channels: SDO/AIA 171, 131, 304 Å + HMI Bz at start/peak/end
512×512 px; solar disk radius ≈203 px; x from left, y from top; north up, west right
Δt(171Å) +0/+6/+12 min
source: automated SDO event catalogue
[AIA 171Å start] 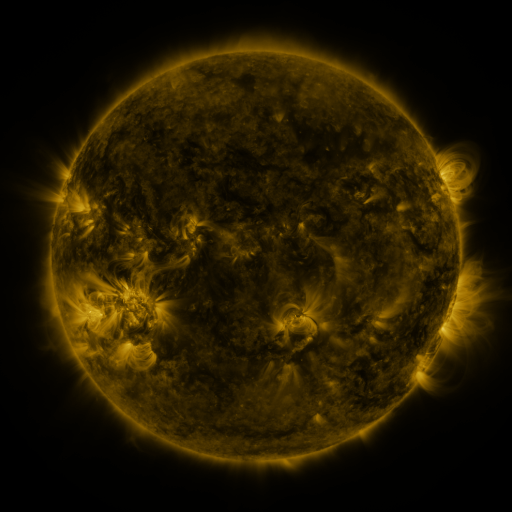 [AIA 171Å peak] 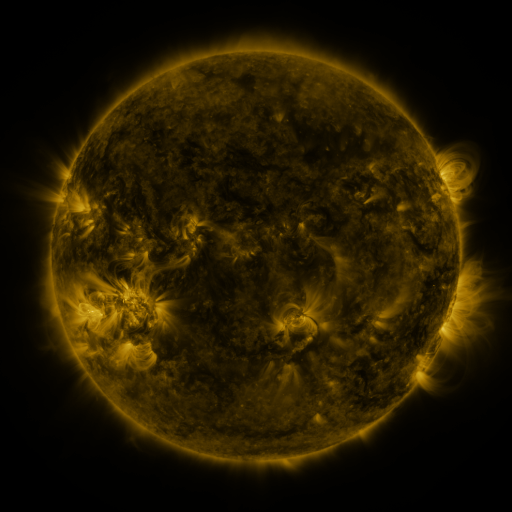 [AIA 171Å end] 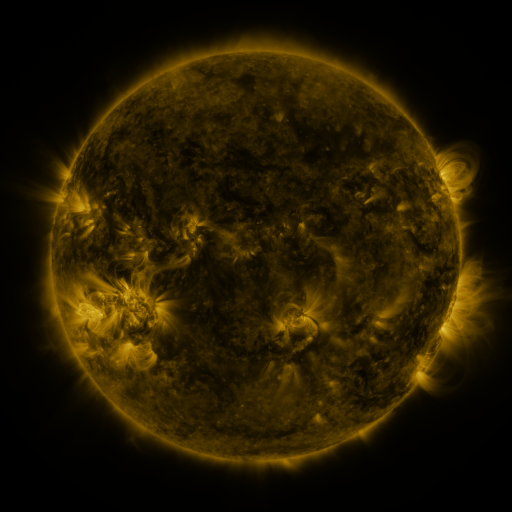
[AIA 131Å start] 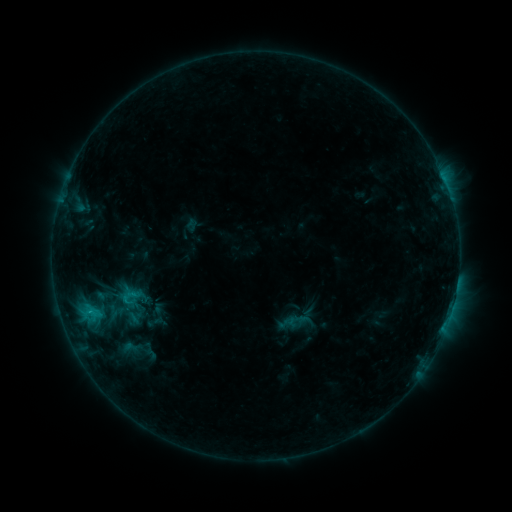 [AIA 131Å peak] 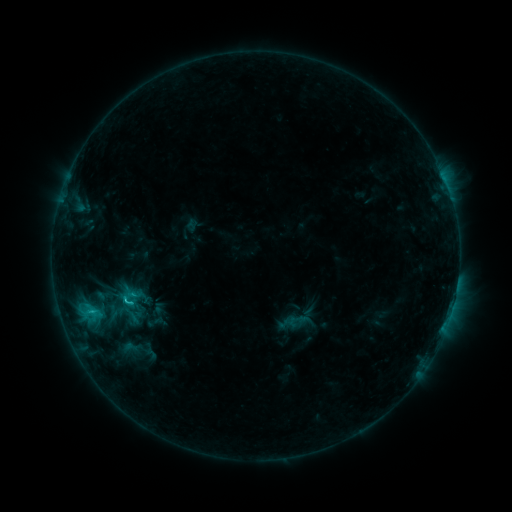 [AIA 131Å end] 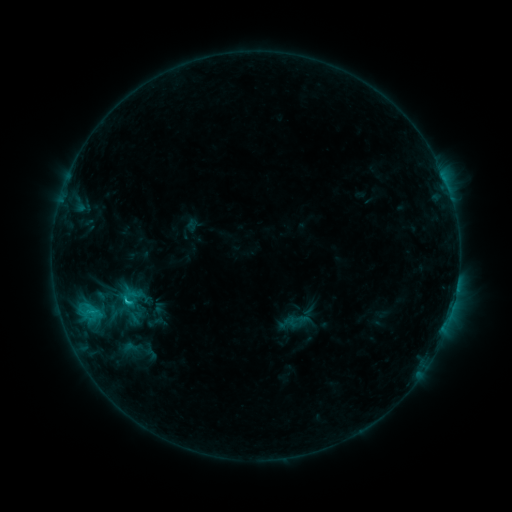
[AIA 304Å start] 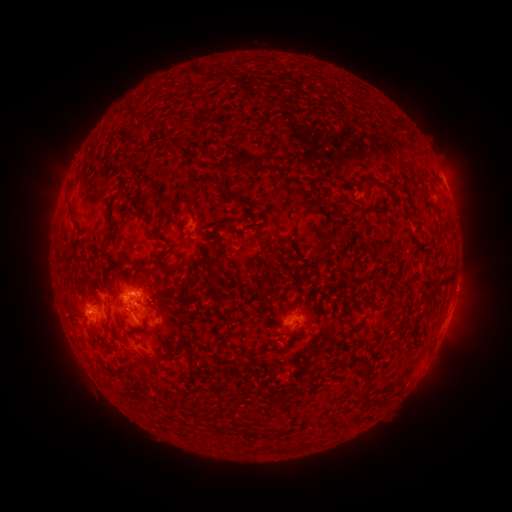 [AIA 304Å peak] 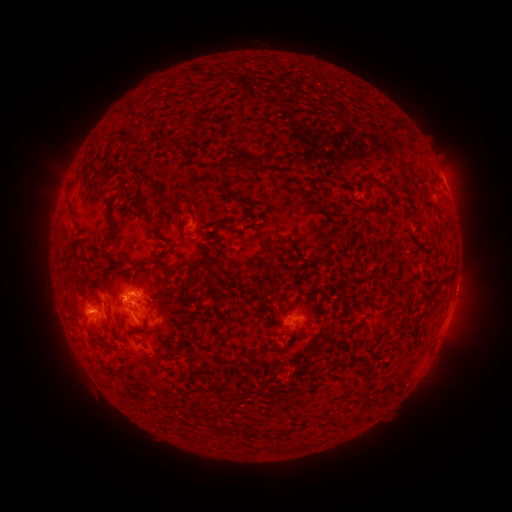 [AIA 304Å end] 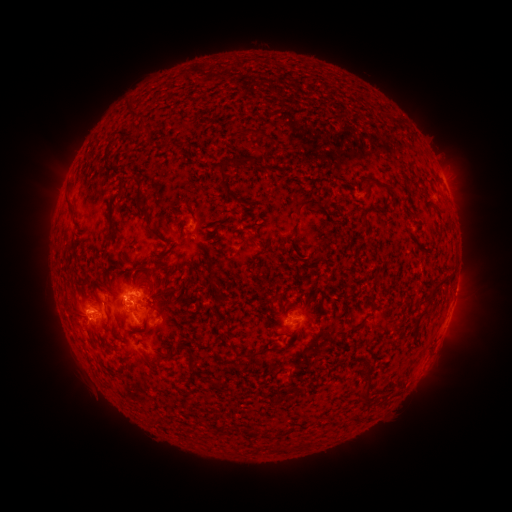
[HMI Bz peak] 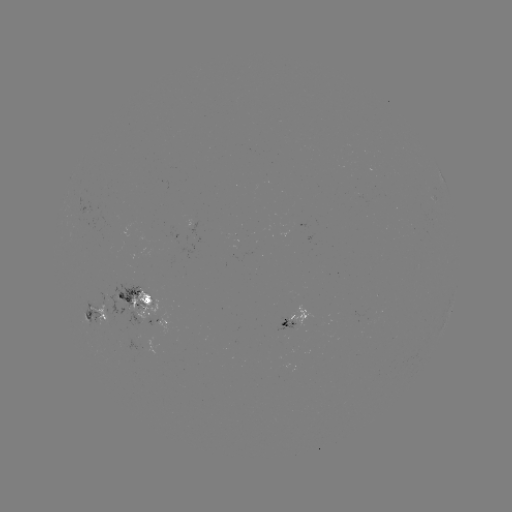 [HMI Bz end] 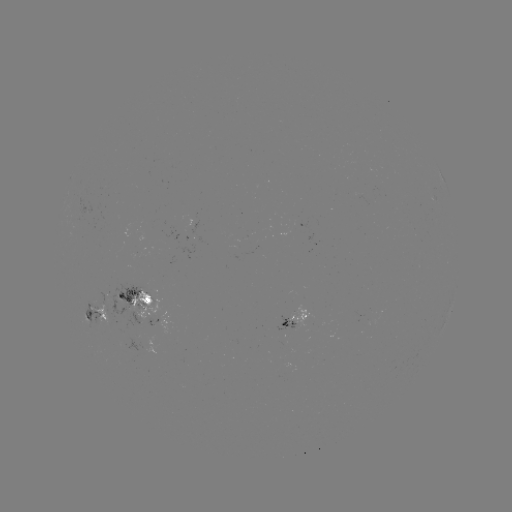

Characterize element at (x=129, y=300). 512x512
C1.8 flare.